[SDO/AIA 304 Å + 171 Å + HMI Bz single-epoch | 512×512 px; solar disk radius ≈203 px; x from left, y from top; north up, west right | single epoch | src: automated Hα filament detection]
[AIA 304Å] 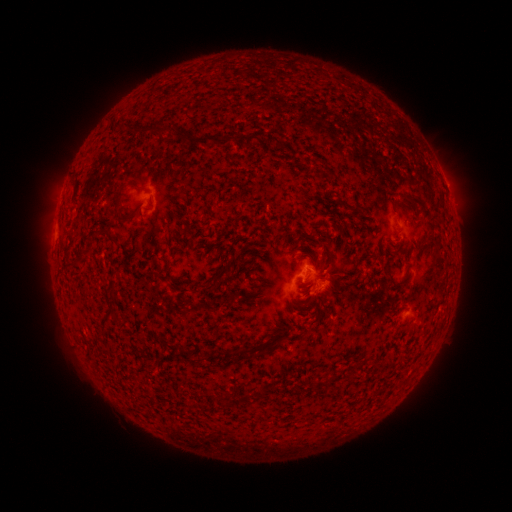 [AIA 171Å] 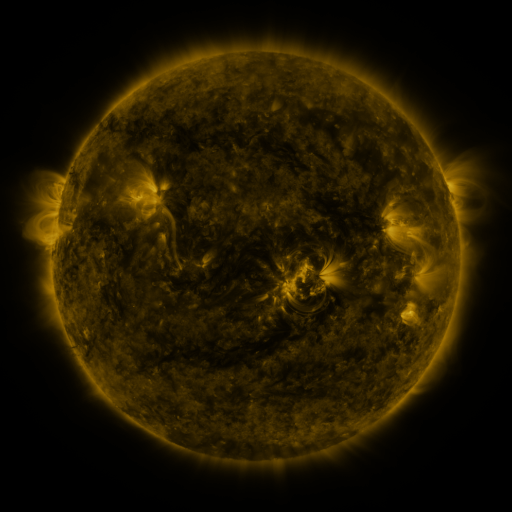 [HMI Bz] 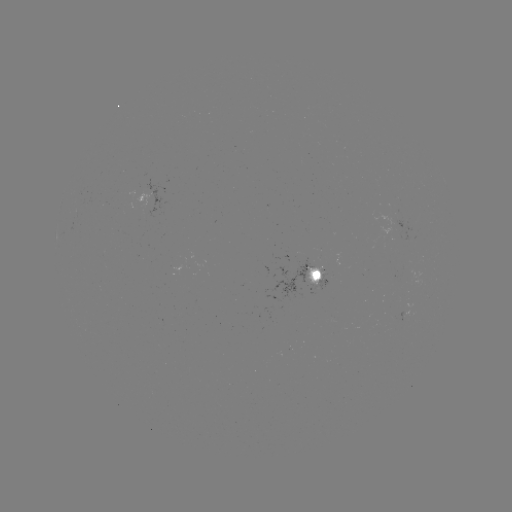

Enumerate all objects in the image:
filament: <bbox>119, 121, 177, 136</bbox>
filament: <bbox>242, 130, 261, 147</bbox>
filament: <bbox>184, 133, 232, 147</bbox>
filament: <bbox>71, 182, 78, 197</bbox>
filament: <bbox>110, 187, 122, 207</bbox>
filament: <bbox>336, 194, 352, 211</bbox>
filament: <bbox>407, 194, 435, 232</bbox>
filament: <bbox>118, 212, 132, 224</bbox>
filament: <bbox>89, 228, 121, 247</bbox>
filament: <bbox>79, 245, 92, 256</bbox>
filament: <bbox>163, 263, 180, 291</bbox>
filament: <bbox>384, 263, 402, 290</bbox>
filament: <bbox>211, 265, 230, 285</bbox>
filament: <bbox>197, 282, 213, 293</bbox>
filament: <bbox>327, 283, 339, 292</bbox>
filament: <bbox>103, 308, 119, 322</bbox>
filament: <bbox>257, 341, 277, 355</bbox>
filament: <bbox>216, 346, 253, 356</bbox>
filament: <bbox>178, 348, 192, 362</bbox>
filament: <bbox>259, 388, 266, 399</bbox>
